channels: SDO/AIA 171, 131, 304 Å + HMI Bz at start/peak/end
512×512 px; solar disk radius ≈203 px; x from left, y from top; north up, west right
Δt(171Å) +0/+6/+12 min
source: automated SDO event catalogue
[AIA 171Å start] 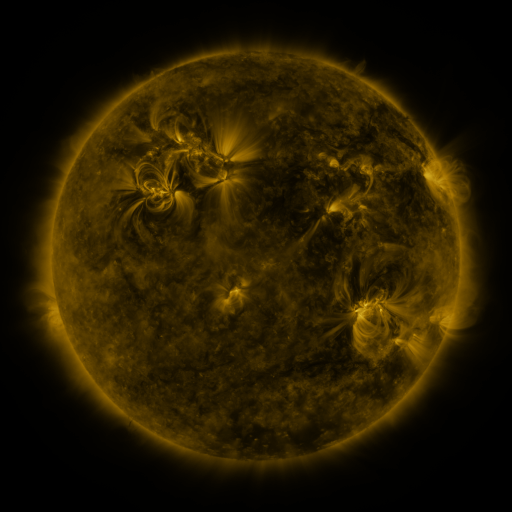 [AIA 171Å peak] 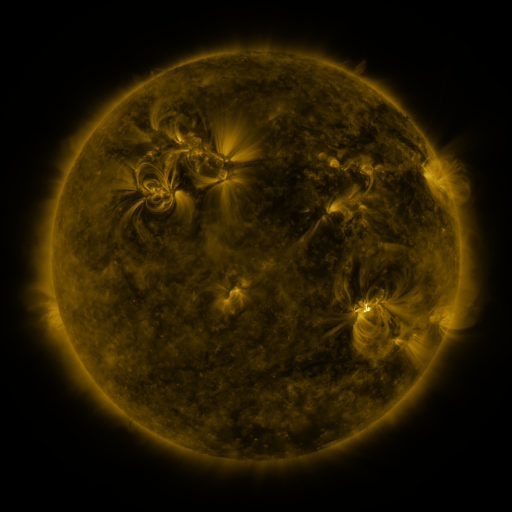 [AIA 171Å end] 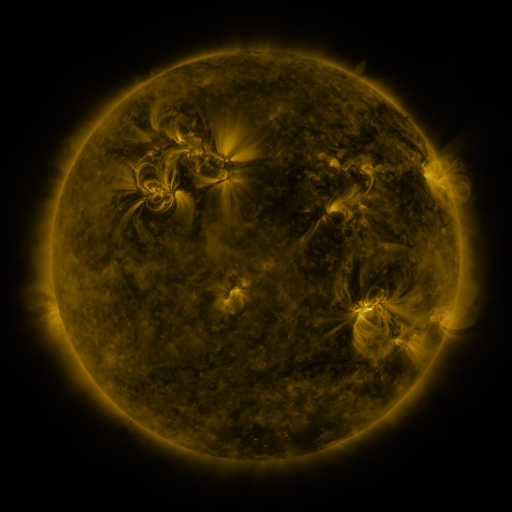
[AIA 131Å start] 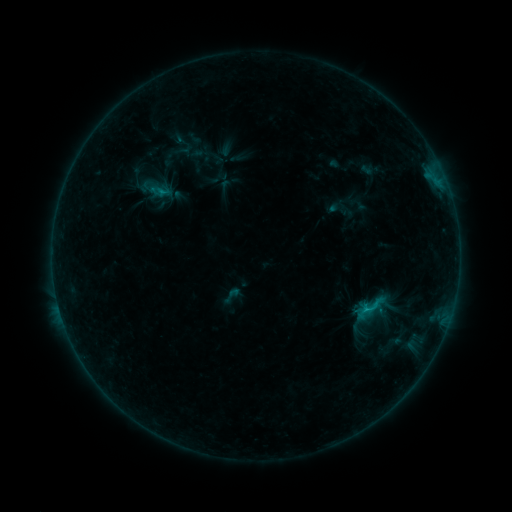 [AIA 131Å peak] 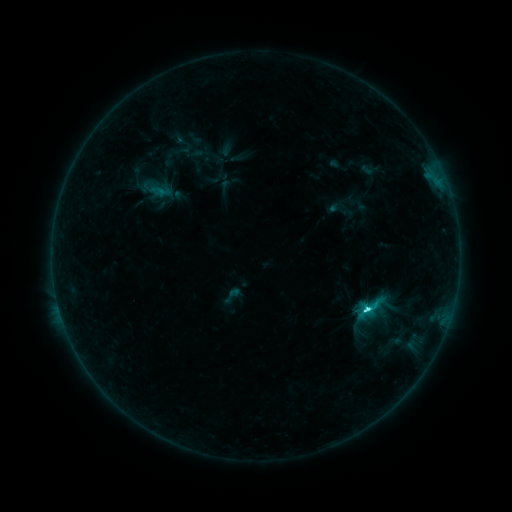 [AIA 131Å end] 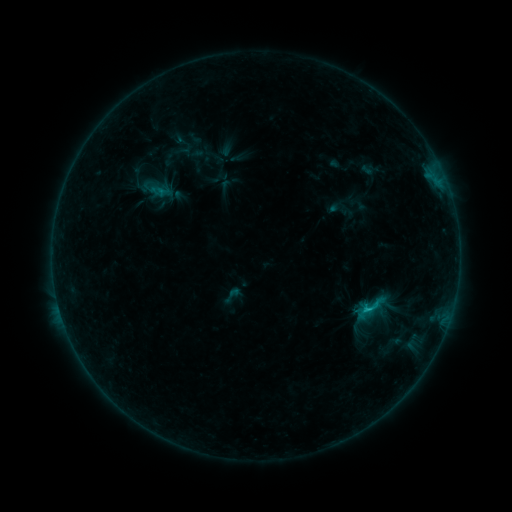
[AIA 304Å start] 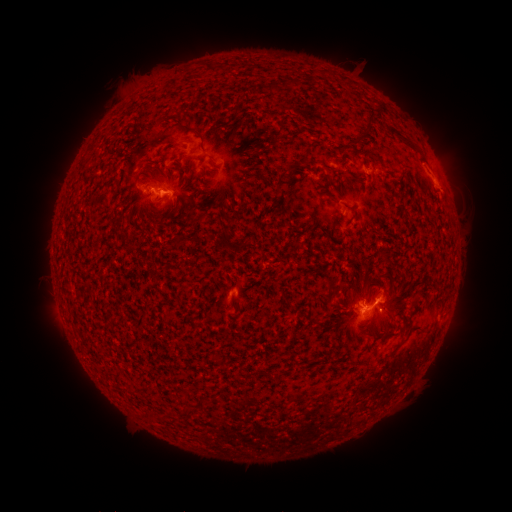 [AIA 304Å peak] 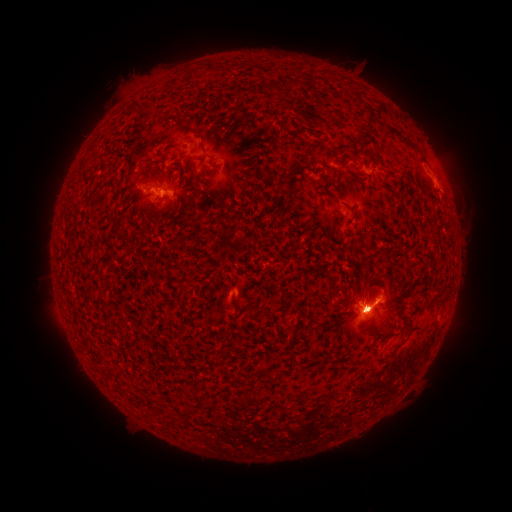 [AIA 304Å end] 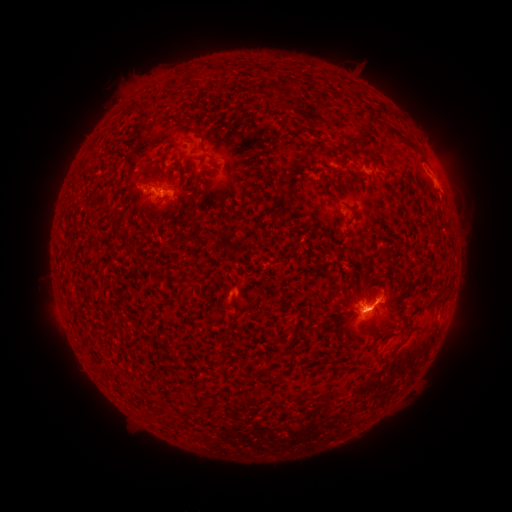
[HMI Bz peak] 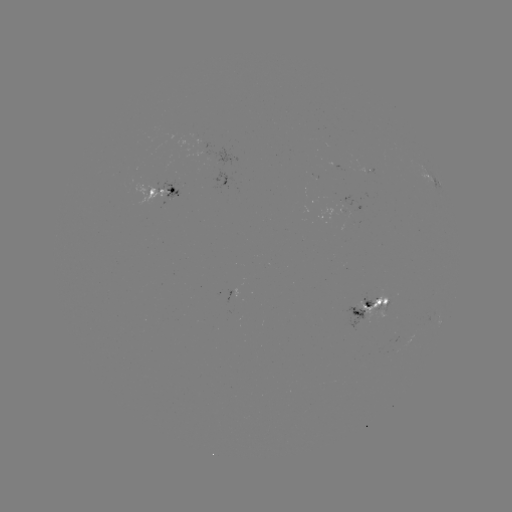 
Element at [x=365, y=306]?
C4.2 flare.